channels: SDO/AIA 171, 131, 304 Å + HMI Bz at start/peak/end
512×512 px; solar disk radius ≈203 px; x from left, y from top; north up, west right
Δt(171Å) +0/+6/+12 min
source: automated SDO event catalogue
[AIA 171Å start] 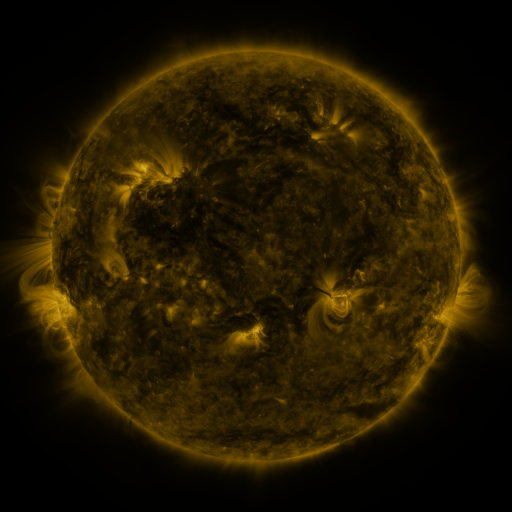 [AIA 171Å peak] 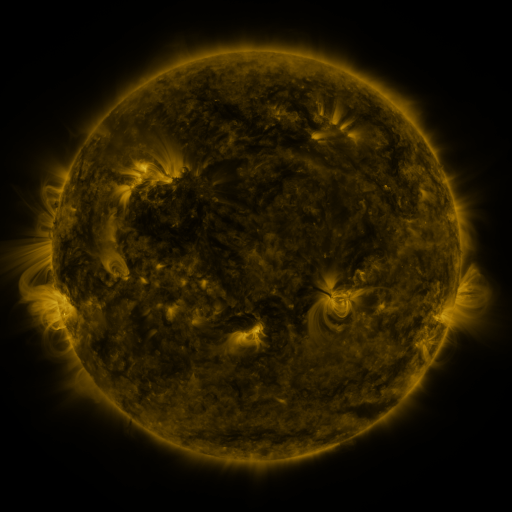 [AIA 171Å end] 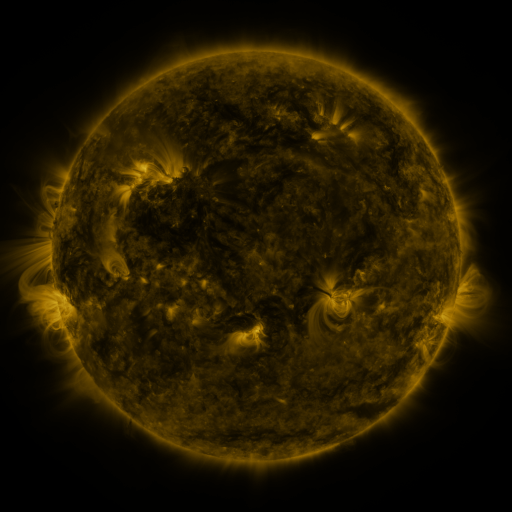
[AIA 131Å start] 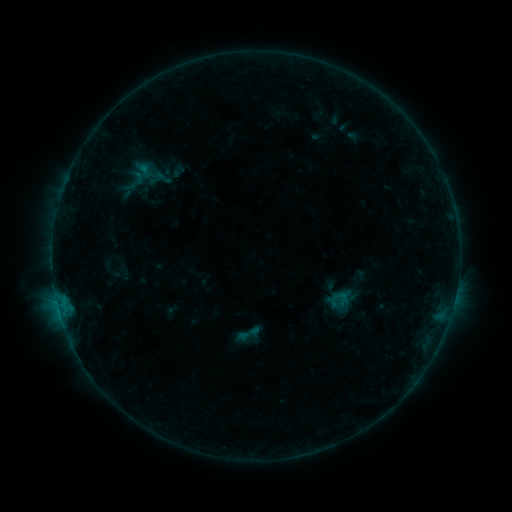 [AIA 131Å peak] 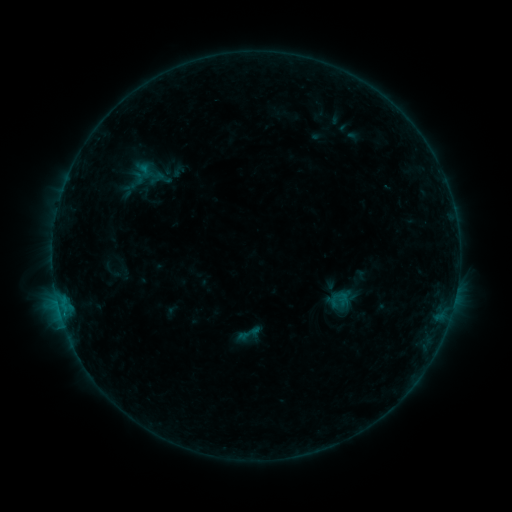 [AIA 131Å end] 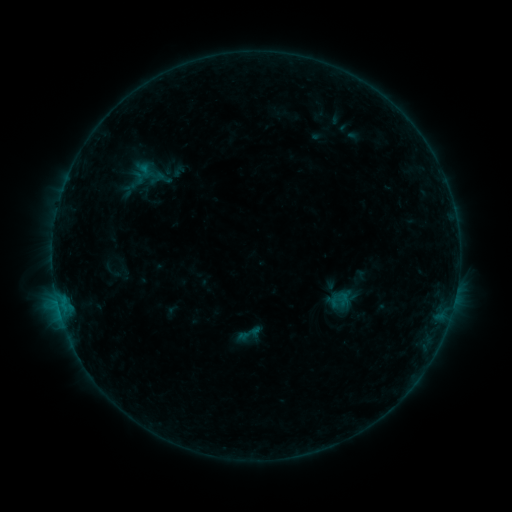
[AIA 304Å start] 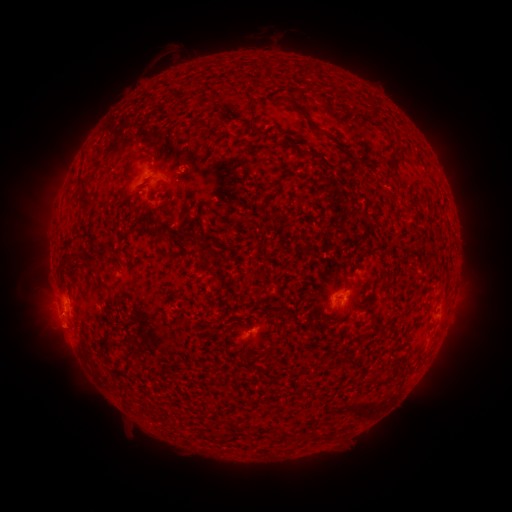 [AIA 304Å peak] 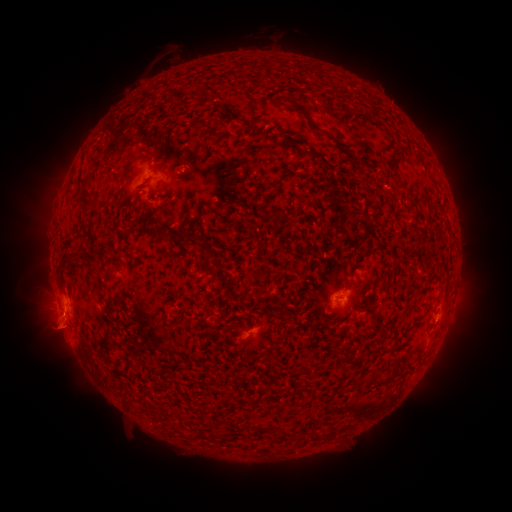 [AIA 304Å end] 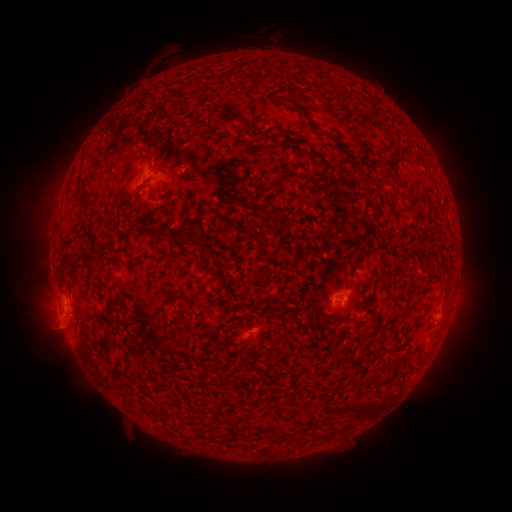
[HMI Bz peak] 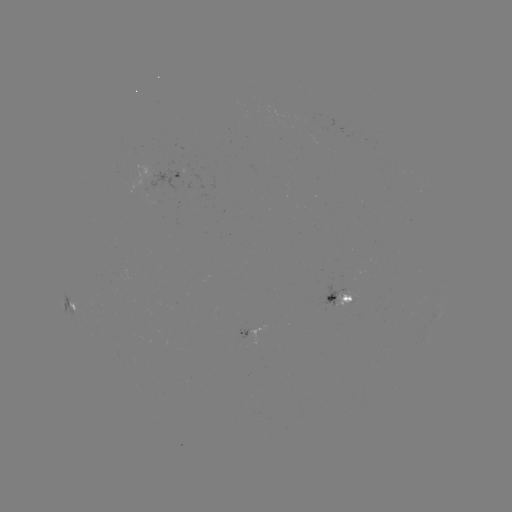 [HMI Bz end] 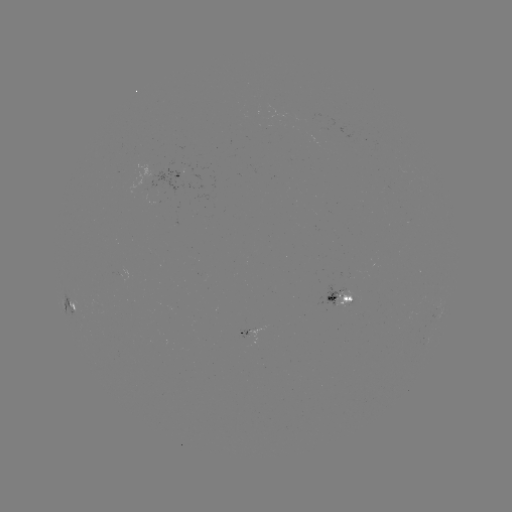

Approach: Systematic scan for eruption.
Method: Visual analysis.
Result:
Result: eruption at (59, 332).